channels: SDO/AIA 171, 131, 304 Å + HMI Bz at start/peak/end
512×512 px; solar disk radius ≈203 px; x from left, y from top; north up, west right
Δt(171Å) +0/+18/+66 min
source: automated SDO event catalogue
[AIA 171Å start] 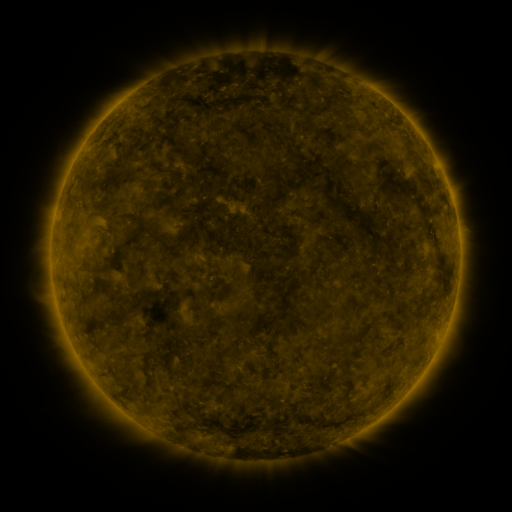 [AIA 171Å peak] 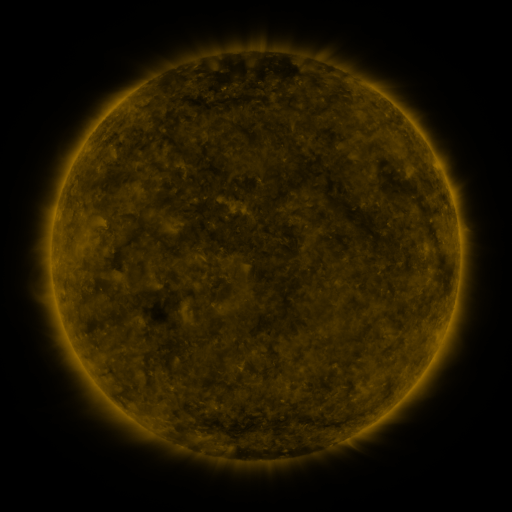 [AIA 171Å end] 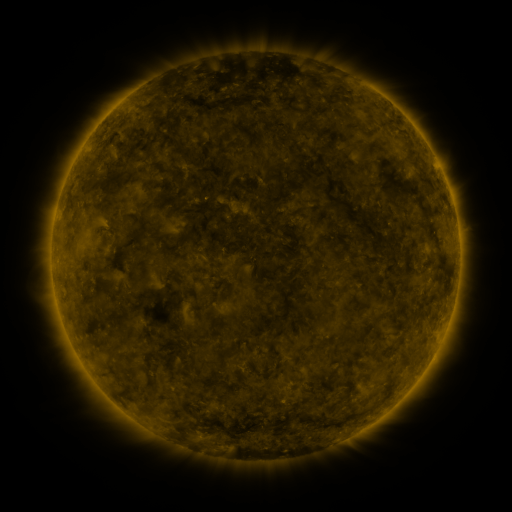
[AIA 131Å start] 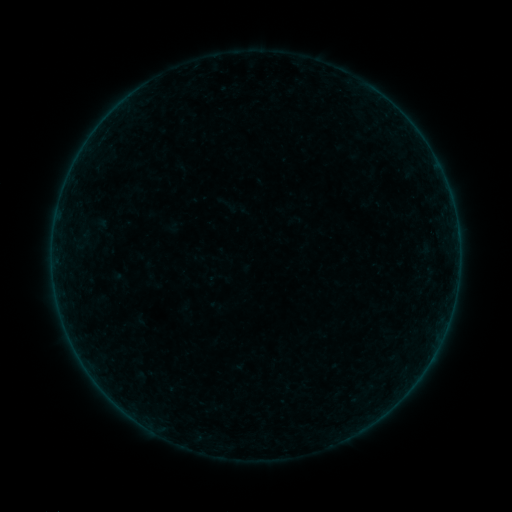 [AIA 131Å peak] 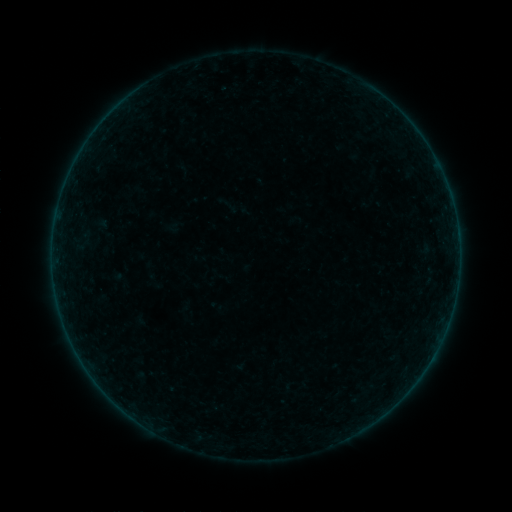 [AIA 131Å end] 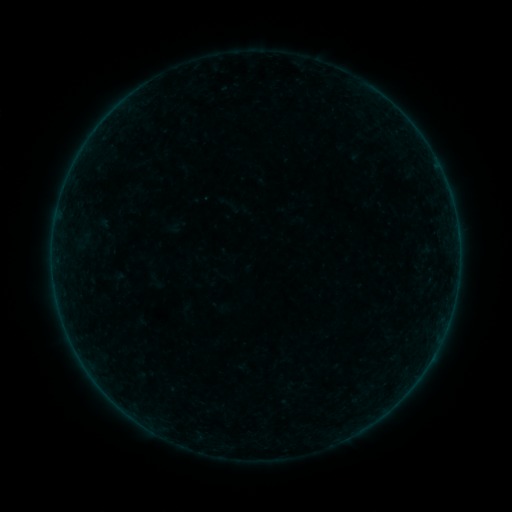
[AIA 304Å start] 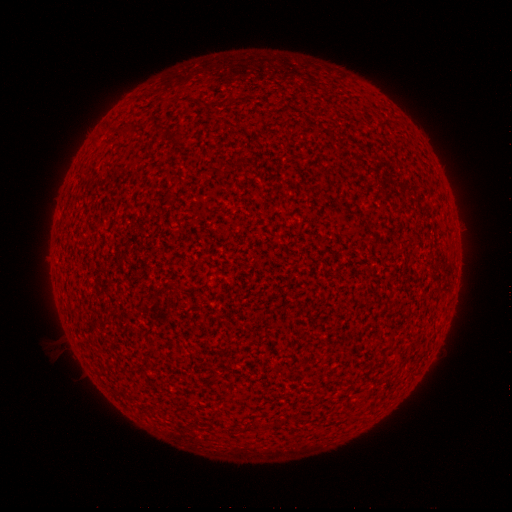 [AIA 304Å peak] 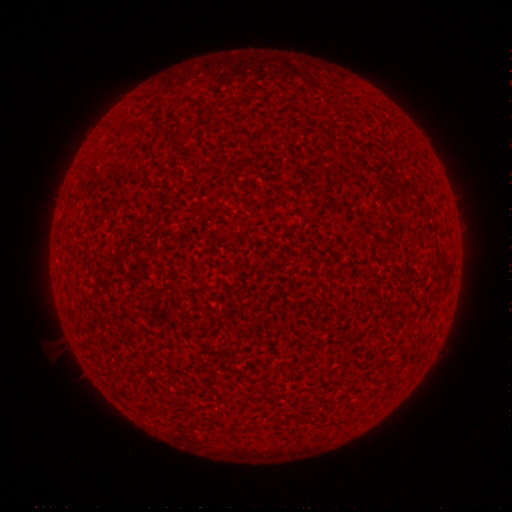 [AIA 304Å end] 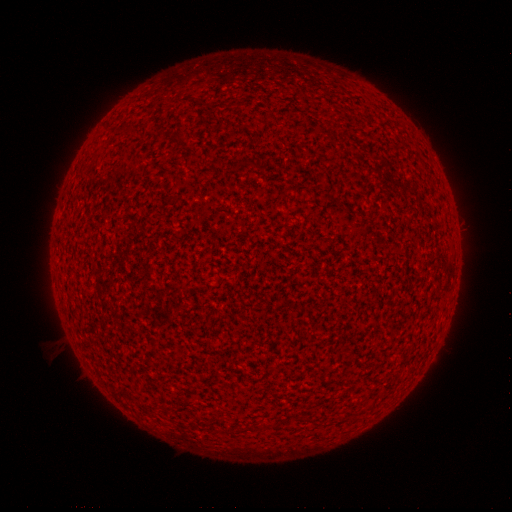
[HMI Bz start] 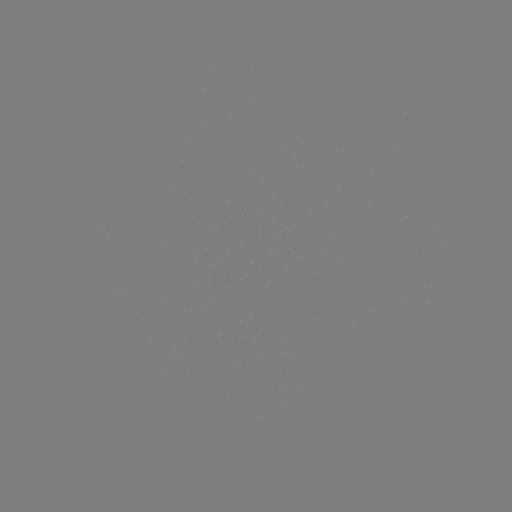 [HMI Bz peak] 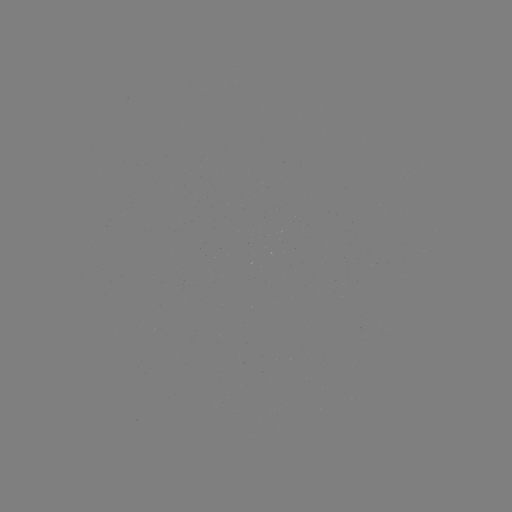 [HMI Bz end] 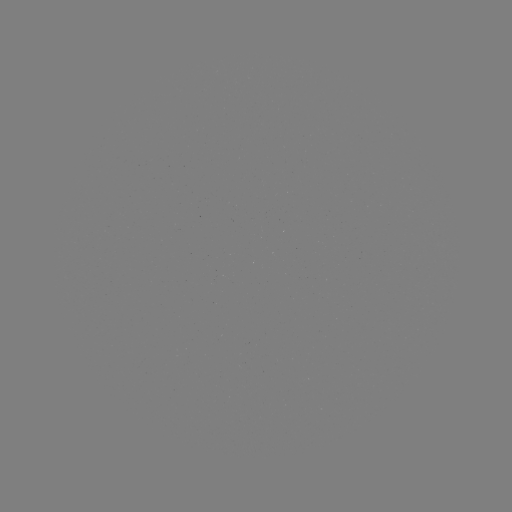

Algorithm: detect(A2.1 flare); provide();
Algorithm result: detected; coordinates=[431, 357]